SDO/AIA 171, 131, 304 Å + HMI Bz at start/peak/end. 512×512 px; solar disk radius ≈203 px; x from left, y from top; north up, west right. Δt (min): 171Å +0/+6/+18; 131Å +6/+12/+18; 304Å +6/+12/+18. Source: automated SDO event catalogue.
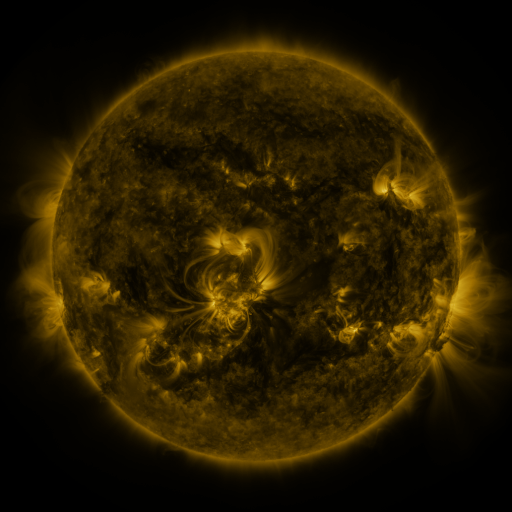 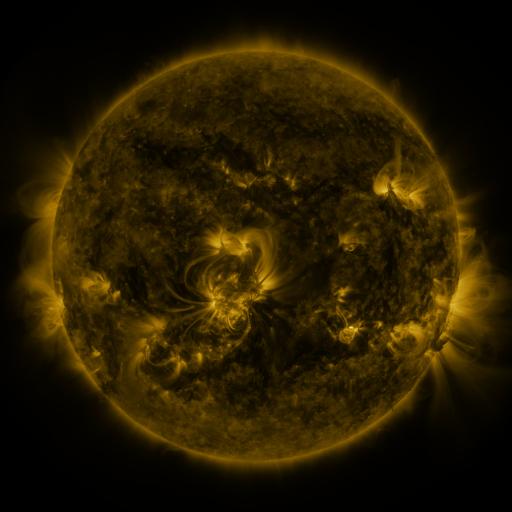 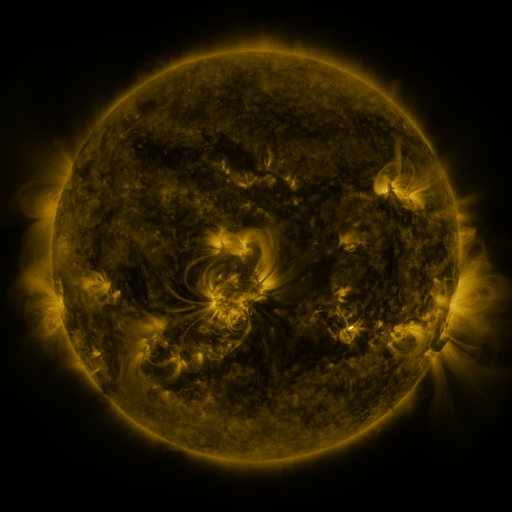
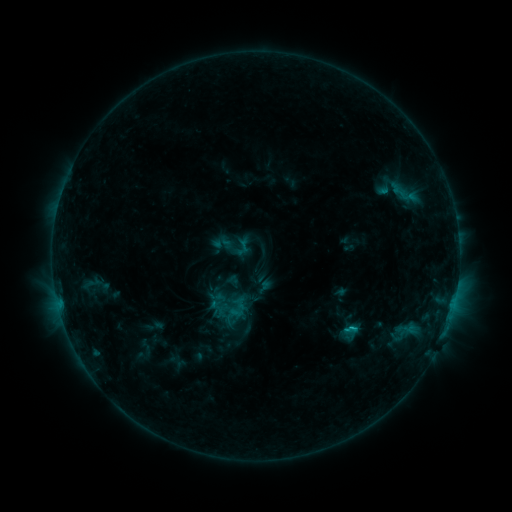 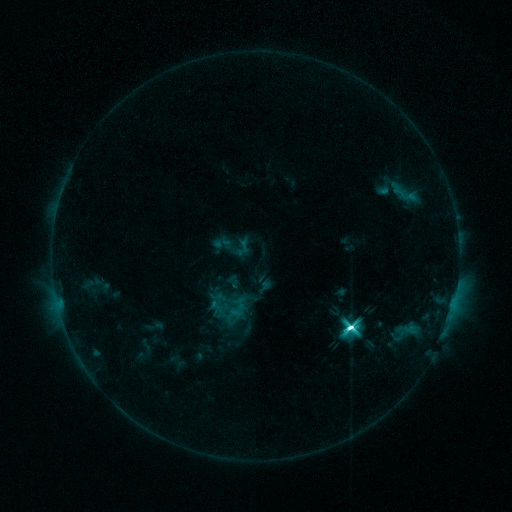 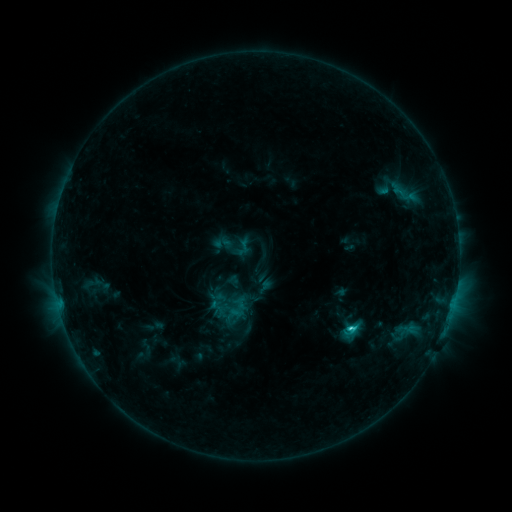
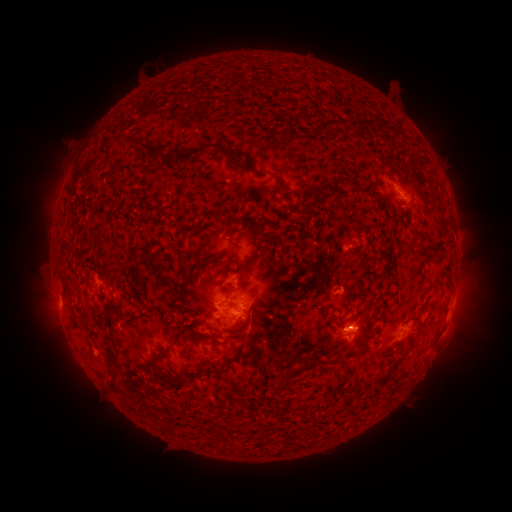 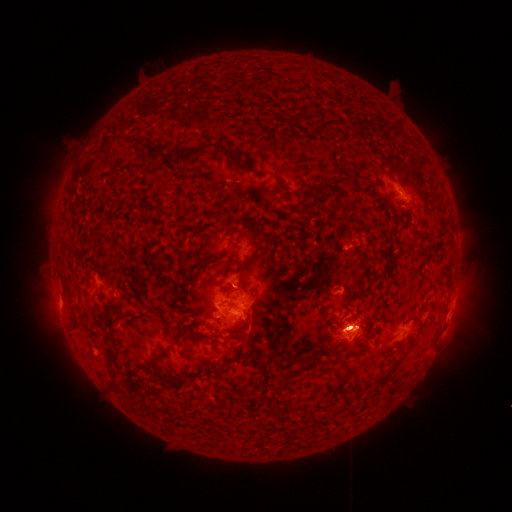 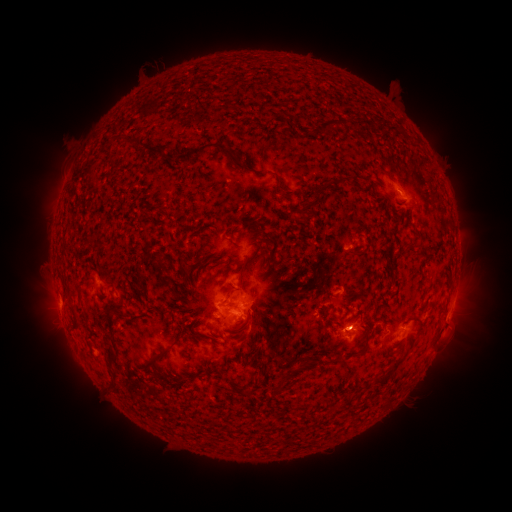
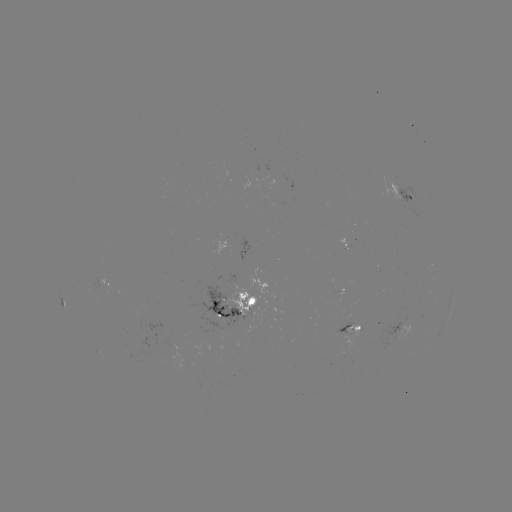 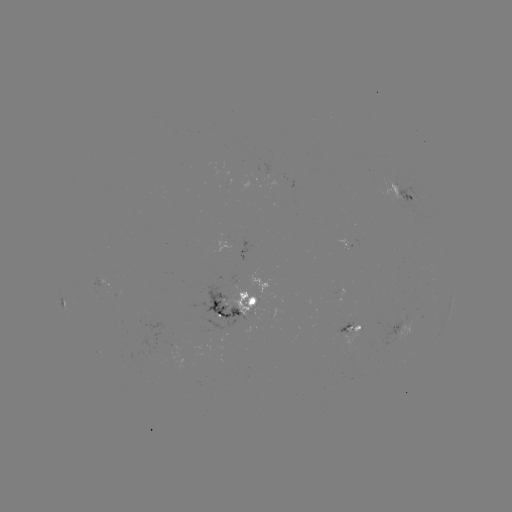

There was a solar eruption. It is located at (351, 331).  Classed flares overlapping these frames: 1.